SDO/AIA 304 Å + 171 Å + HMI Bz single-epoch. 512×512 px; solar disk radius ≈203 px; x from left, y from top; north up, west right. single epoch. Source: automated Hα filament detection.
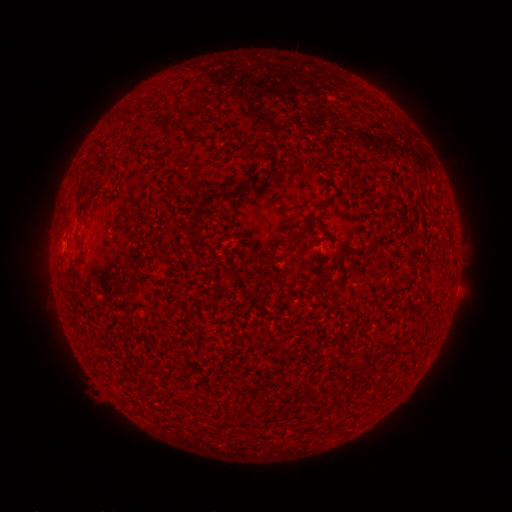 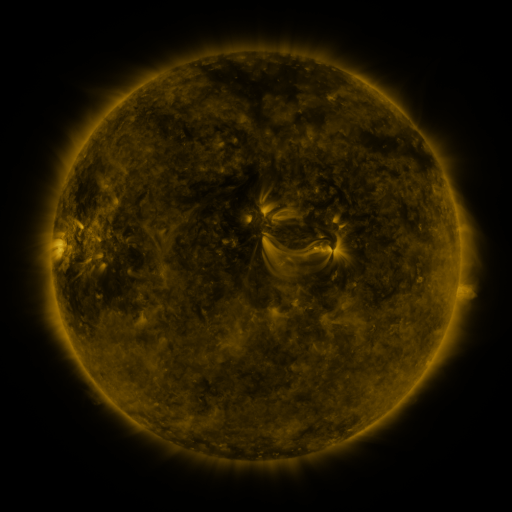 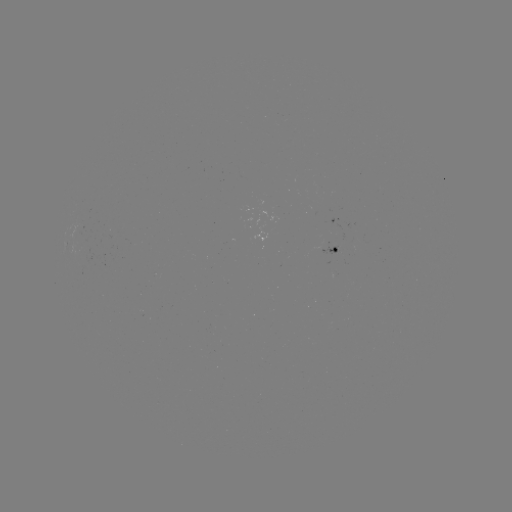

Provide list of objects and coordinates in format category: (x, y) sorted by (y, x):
filament: (196, 223)
filament: (313, 225)
filament: (299, 237)
filament: (77, 243)
filament: (341, 252)
